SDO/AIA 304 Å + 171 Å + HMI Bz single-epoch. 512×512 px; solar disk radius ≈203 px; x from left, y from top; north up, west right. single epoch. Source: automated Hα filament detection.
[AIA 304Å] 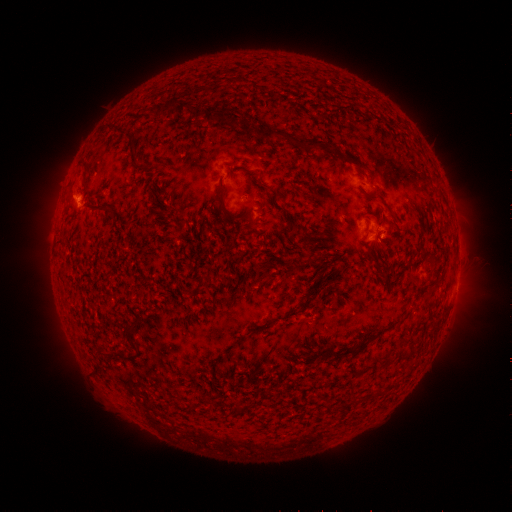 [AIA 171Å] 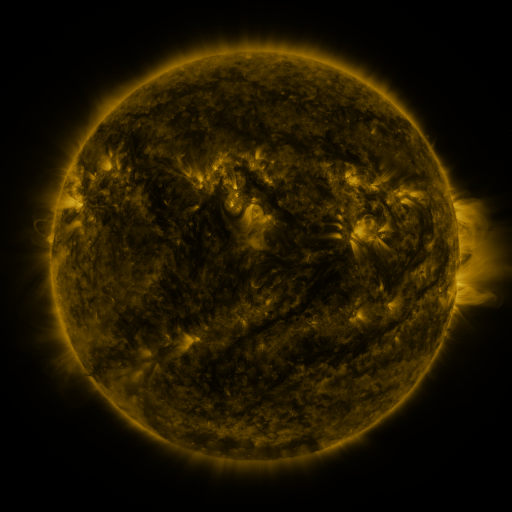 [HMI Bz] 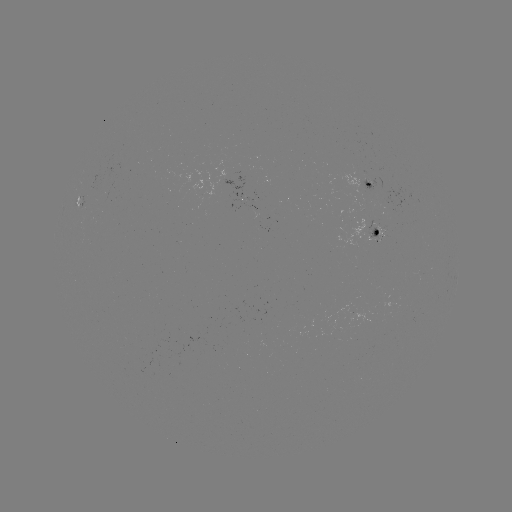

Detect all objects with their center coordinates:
filament: <bbox>302, 69, 311, 78</bbox>
filament: <bbox>172, 101, 189, 115</bbox>
filament: <bbox>191, 105, 203, 119</bbox>
filament: <bbox>201, 106, 291, 142</bbox>
filament: <bbox>104, 124, 135, 155</bbox>
filament: <bbox>306, 139, 324, 149</bbox>
filament: <bbox>240, 167, 274, 193</bbox>
filament: <bbox>79, 171, 87, 185</bbox>
filament: <bbox>216, 183, 227, 200</bbox>
filament: <bbox>365, 194, 376, 201</bbox>
filament: <bbox>82, 202, 107, 212</bbox>
filament: <bbox>332, 220, 351, 230</bbox>
filament: <bbox>361, 226, 372, 236</bbox>
filament: <bbox>327, 232, 339, 248</bbox>
filament: <bbox>365, 241, 378, 267</bbox>
filament: <bbox>350, 242, 361, 256</bbox>
filament: <bbox>303, 250, 314, 267</bbox>
filament: <bbox>333, 255, 344, 265</bbox>
filament: <bbox>423, 255, 433, 265</bbox>
filament: <bbox>130, 318, 139, 331</bbox>
filament: <bbox>120, 325, 136, 346</bbox>
filament: <bbox>359, 334, 373, 341</bbox>
filament: <bbox>317, 347, 354, 362</bbox>
filament: <bbox>320, 396, 328, 407</bbox>
filament: <bbox>200, 397, 211, 406</bbox>
filament: <bbox>232, 401, 241, 411</bbox>
